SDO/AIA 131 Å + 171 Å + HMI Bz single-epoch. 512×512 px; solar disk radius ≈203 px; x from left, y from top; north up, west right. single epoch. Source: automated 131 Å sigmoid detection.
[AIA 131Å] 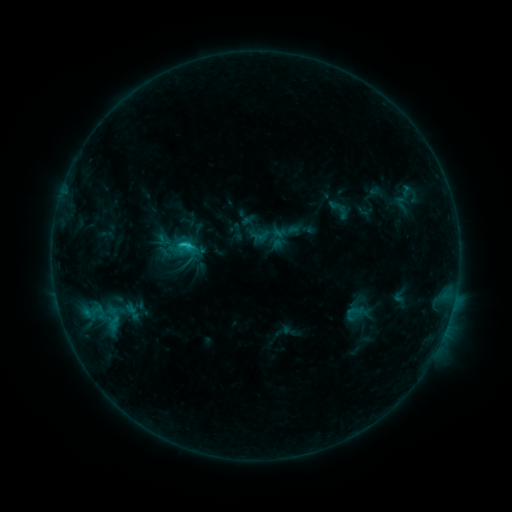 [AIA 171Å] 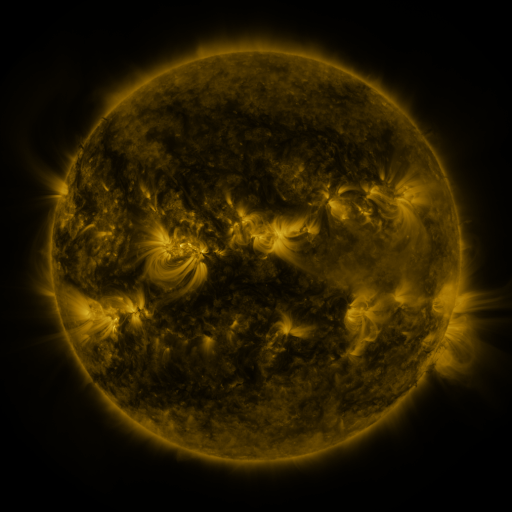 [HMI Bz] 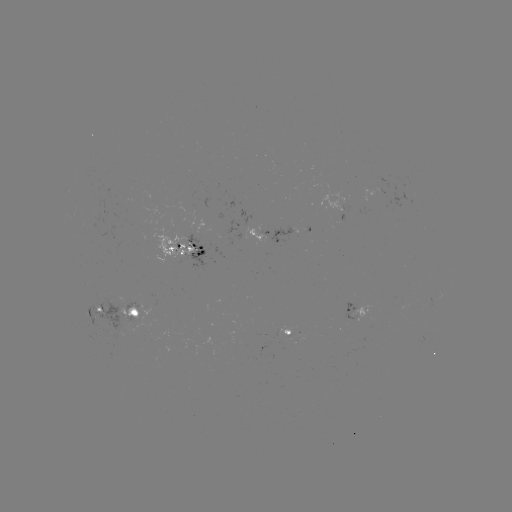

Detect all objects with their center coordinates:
sigmoid: <bbox>389, 195, 414, 213</bbox>
sigmoid: <bbox>347, 303, 363, 319</bbox>
